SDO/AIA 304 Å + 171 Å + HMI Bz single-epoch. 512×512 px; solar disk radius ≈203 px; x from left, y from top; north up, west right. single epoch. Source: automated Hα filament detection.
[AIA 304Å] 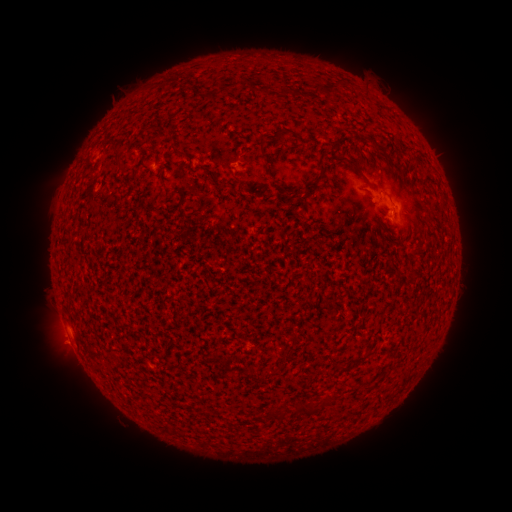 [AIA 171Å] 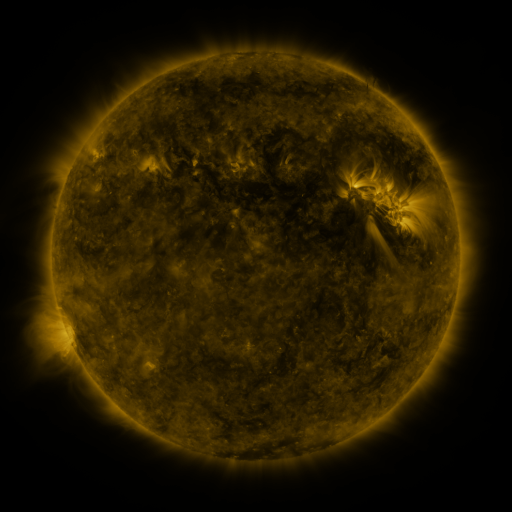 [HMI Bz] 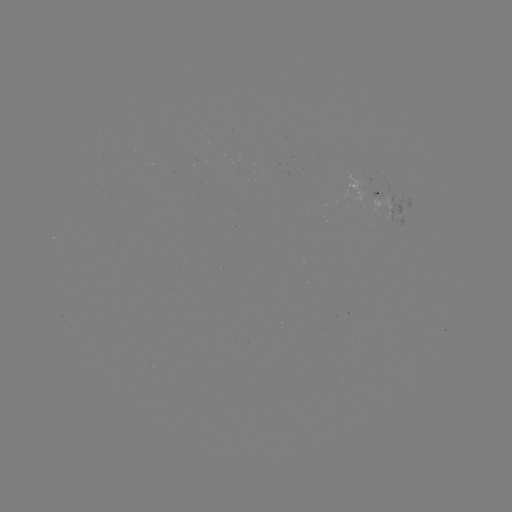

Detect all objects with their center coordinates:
filament: (265, 144)
filament: (377, 149)
filament: (180, 152)
filament: (354, 165)
filament: (323, 166)
filament: (315, 185)
filament: (356, 361)
filament: (169, 366)
filament: (341, 370)
